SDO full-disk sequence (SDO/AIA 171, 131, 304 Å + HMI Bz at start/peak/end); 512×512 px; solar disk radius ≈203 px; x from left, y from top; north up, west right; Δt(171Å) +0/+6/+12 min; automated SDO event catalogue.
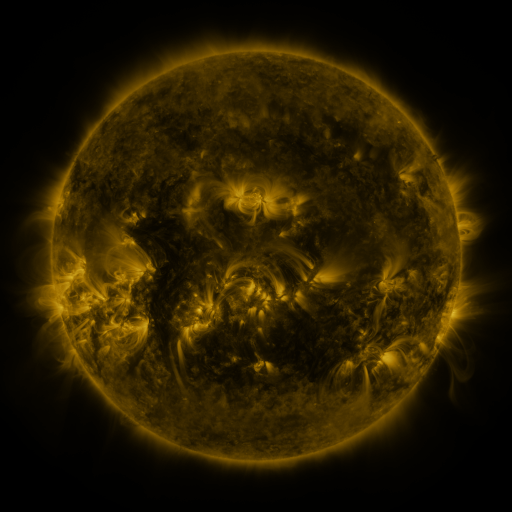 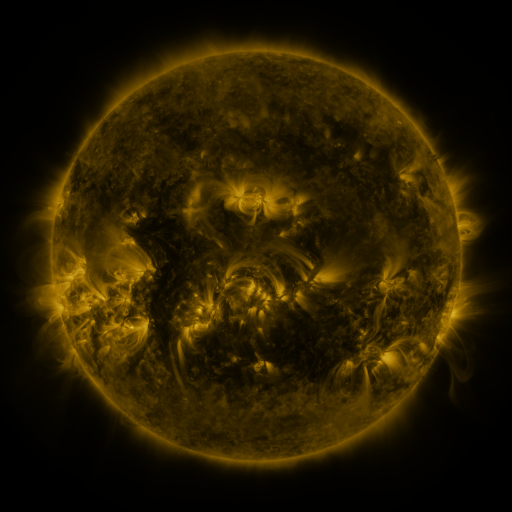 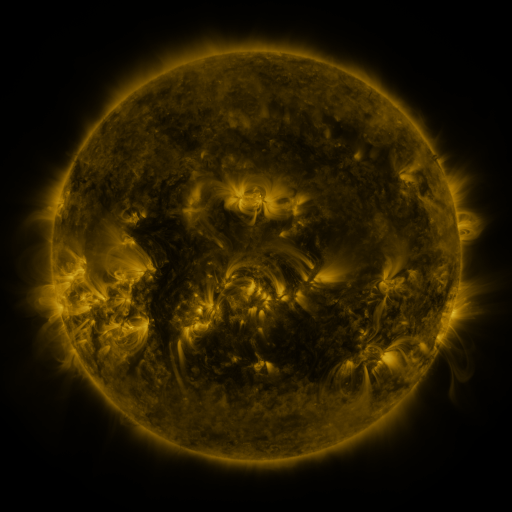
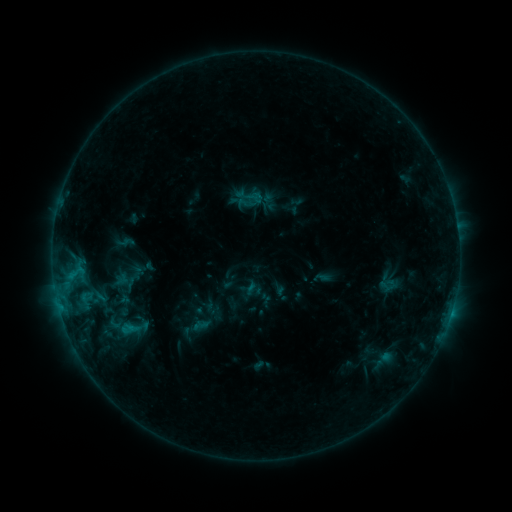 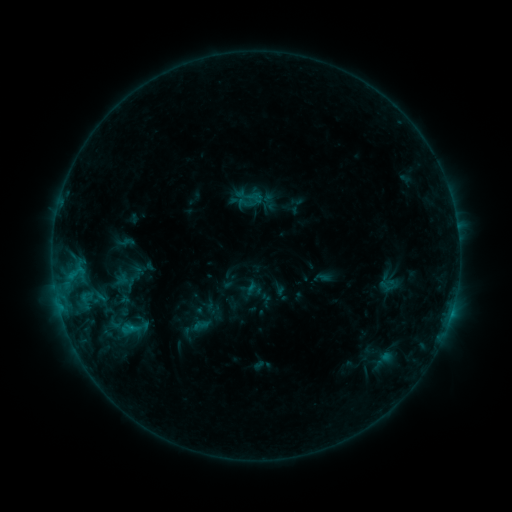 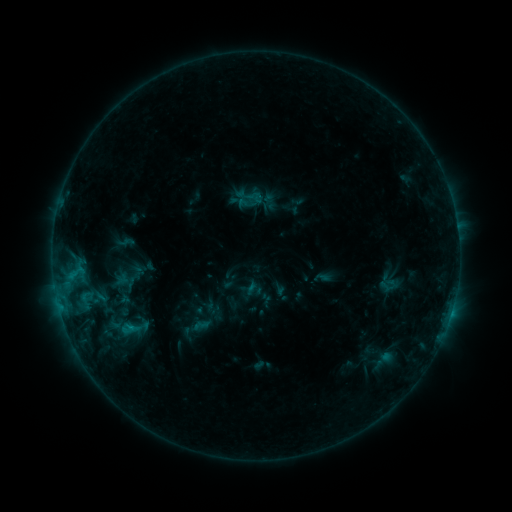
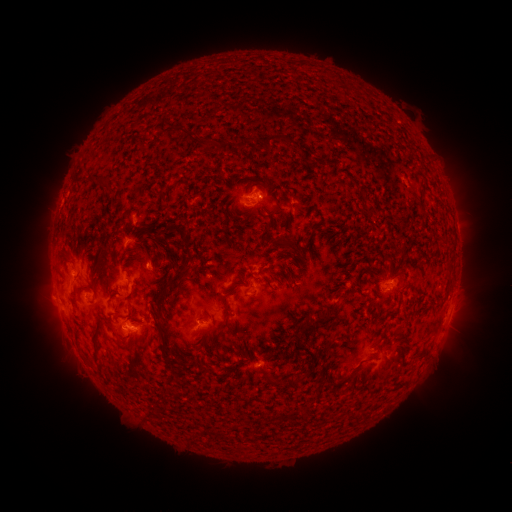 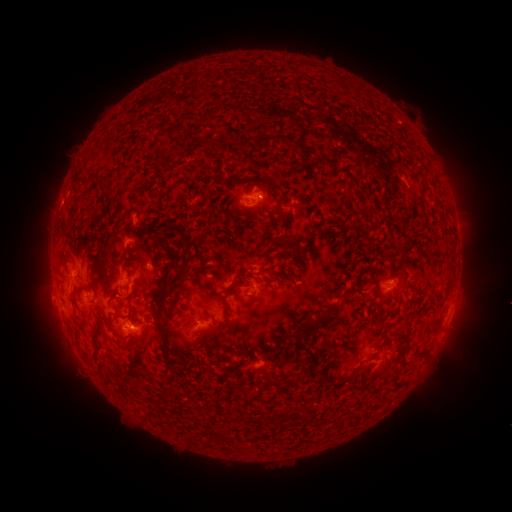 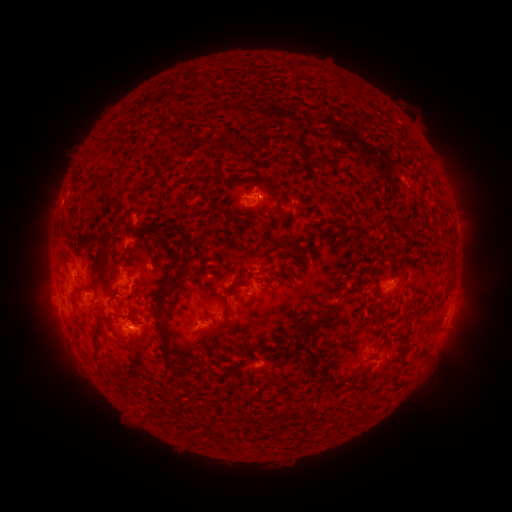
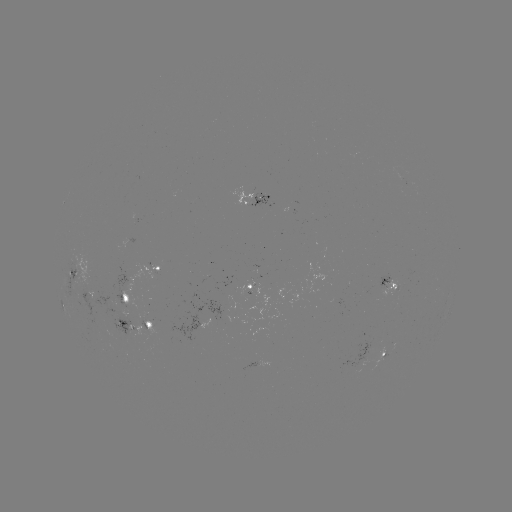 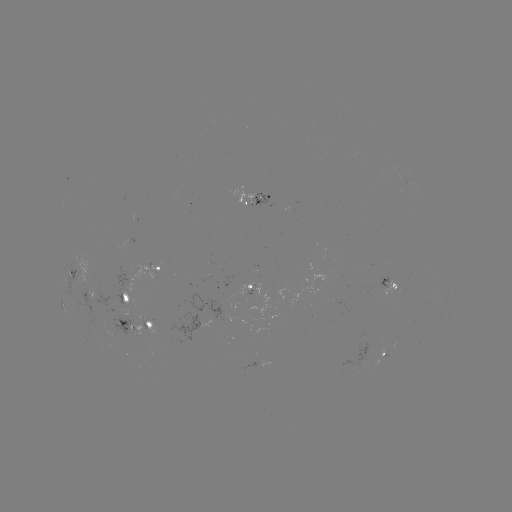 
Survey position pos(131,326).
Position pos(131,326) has B9.1 flare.